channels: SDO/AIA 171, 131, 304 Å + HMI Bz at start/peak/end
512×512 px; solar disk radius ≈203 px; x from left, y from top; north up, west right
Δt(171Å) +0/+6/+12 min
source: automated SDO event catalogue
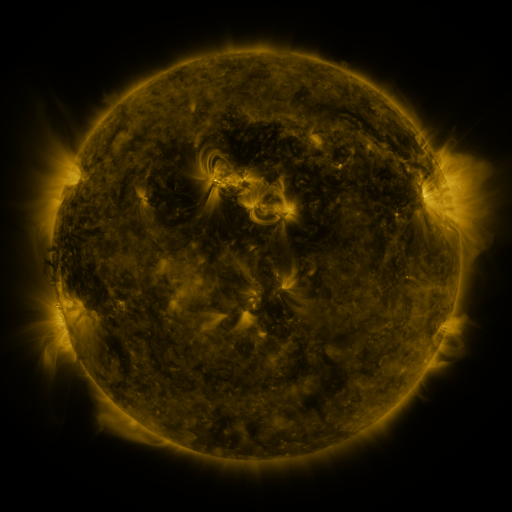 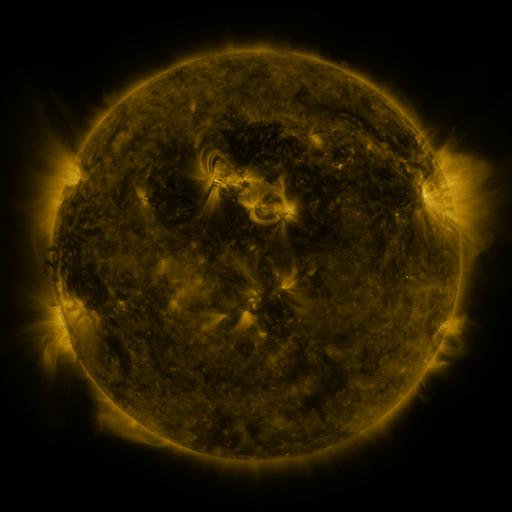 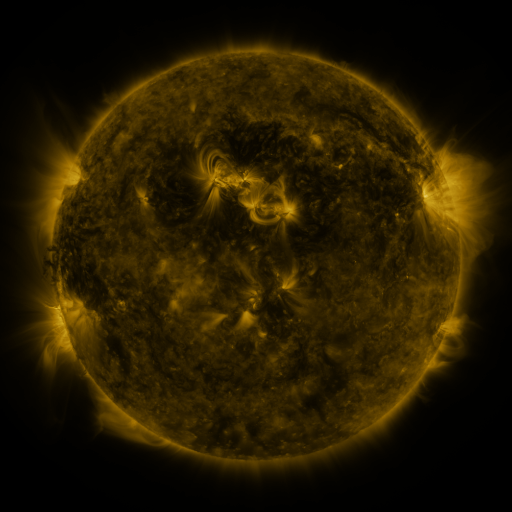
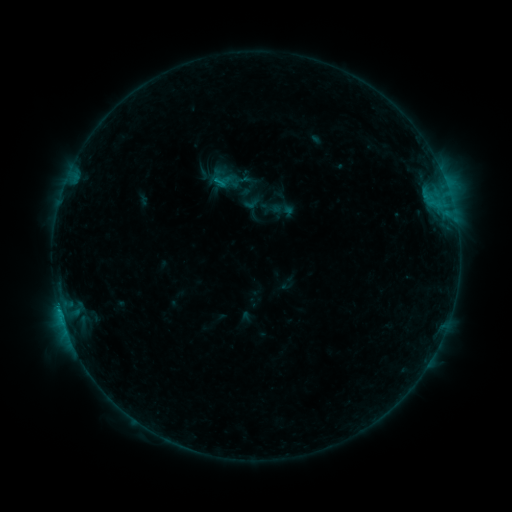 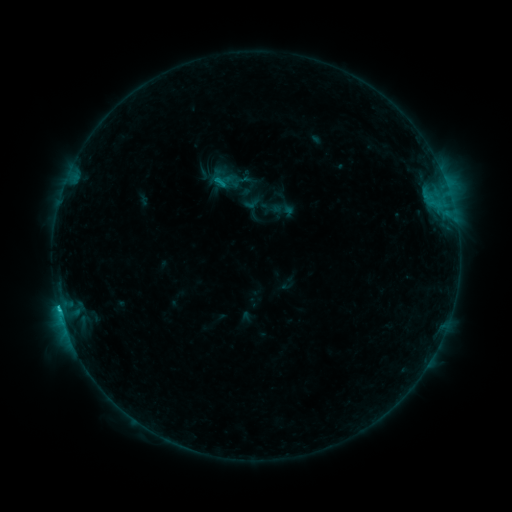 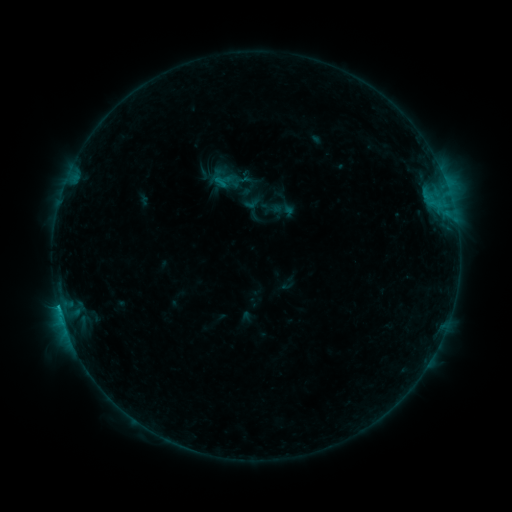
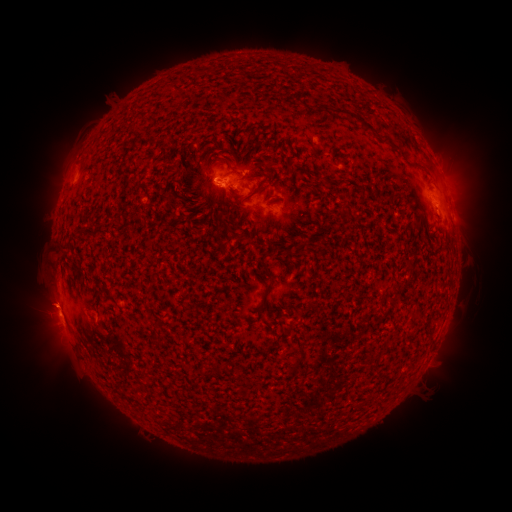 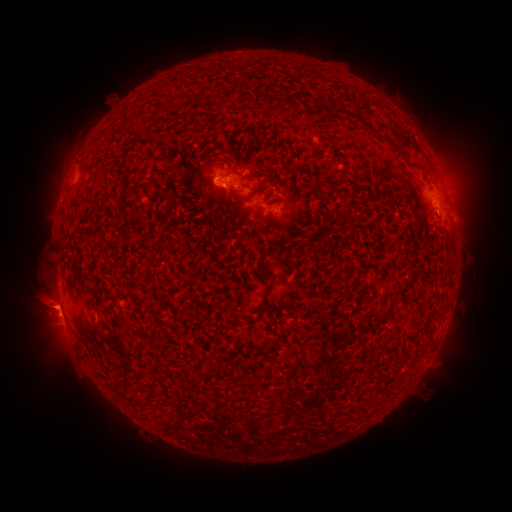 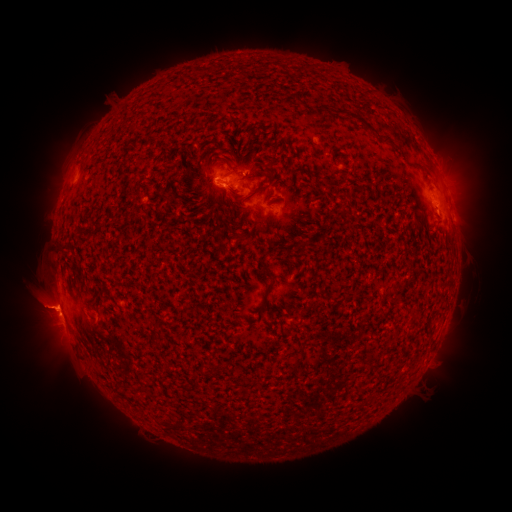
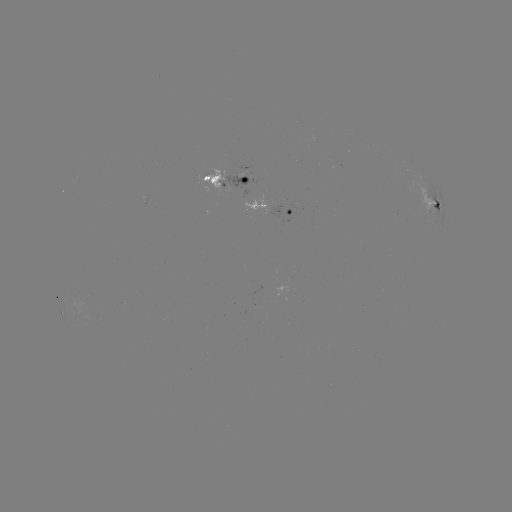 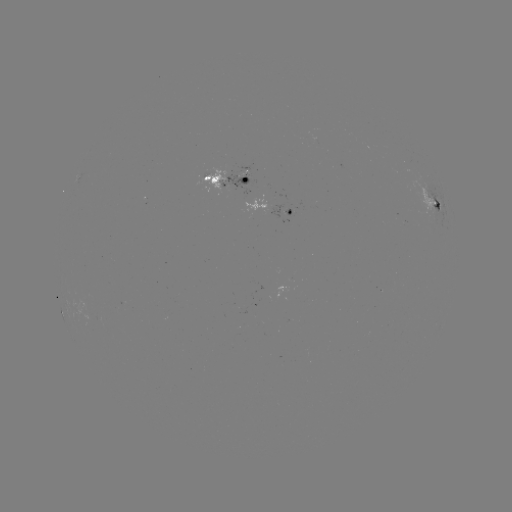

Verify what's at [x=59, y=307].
C1.0 flare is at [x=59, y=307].